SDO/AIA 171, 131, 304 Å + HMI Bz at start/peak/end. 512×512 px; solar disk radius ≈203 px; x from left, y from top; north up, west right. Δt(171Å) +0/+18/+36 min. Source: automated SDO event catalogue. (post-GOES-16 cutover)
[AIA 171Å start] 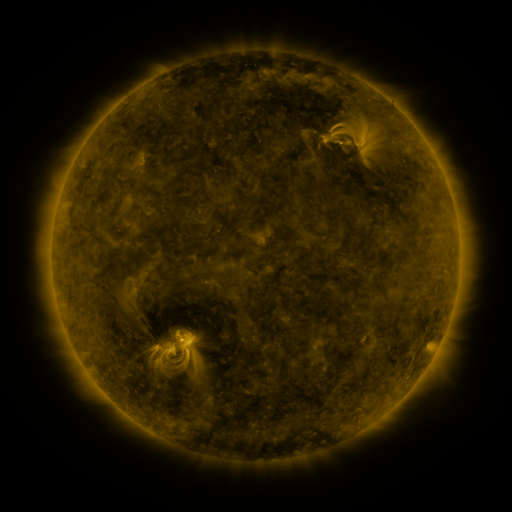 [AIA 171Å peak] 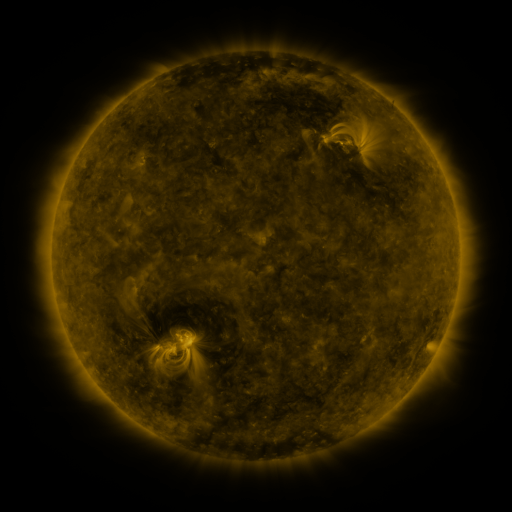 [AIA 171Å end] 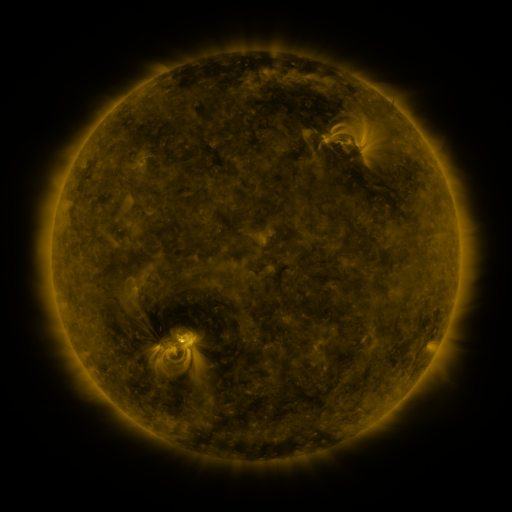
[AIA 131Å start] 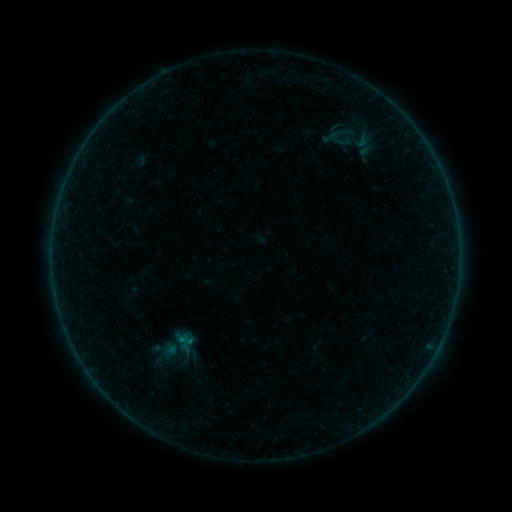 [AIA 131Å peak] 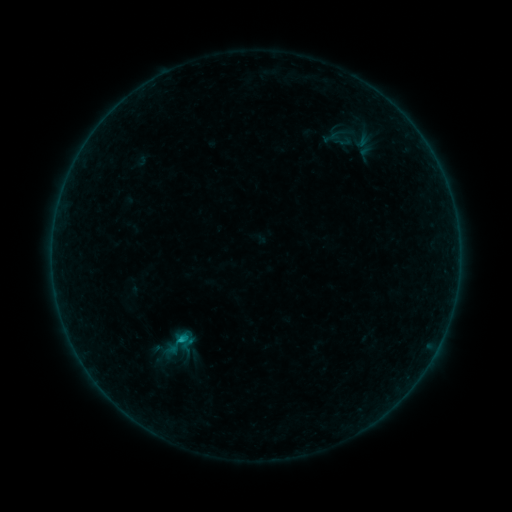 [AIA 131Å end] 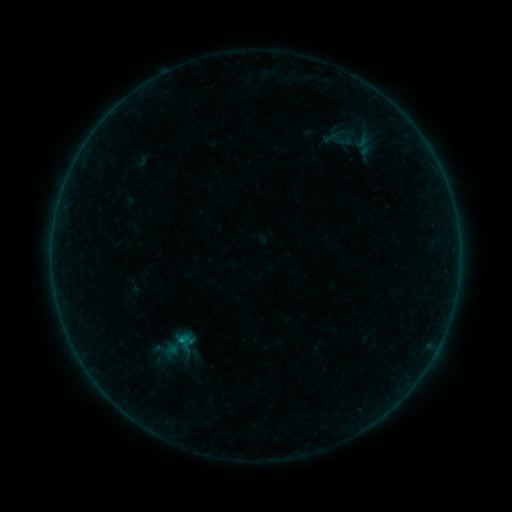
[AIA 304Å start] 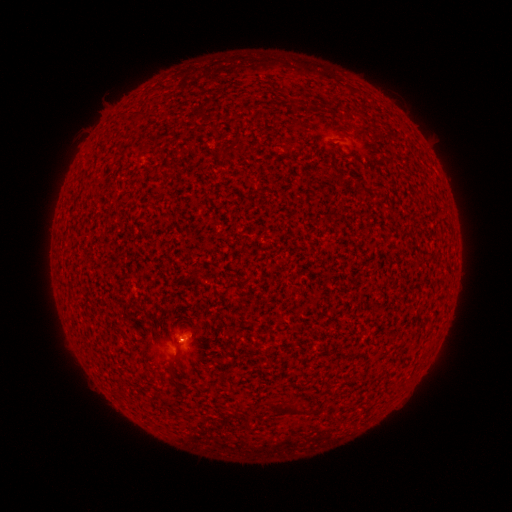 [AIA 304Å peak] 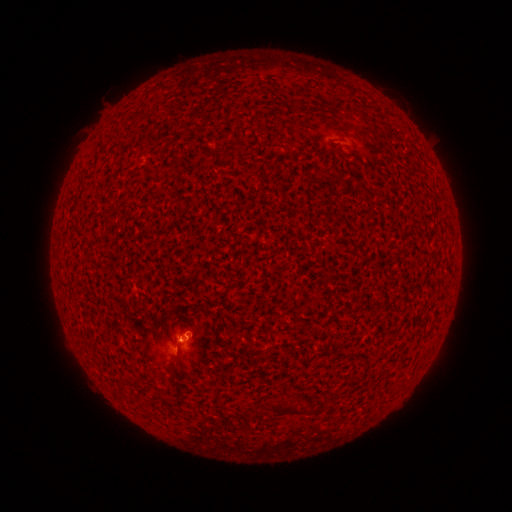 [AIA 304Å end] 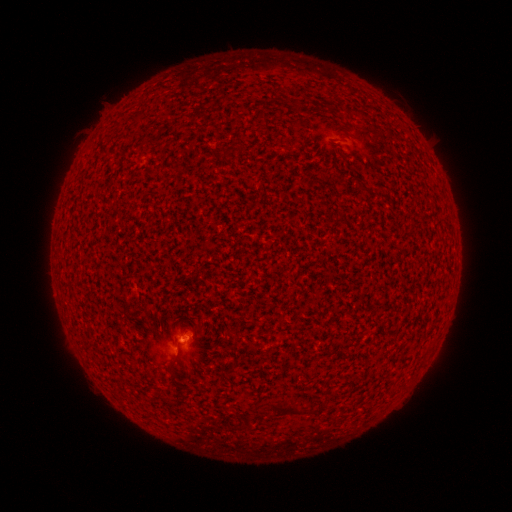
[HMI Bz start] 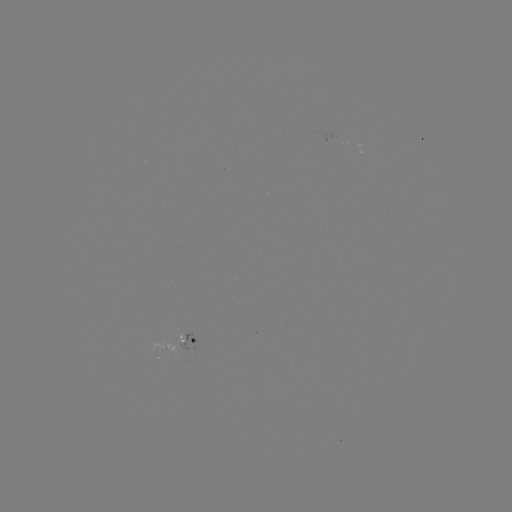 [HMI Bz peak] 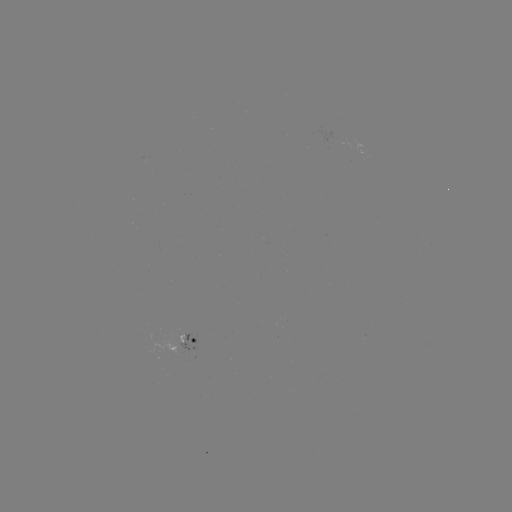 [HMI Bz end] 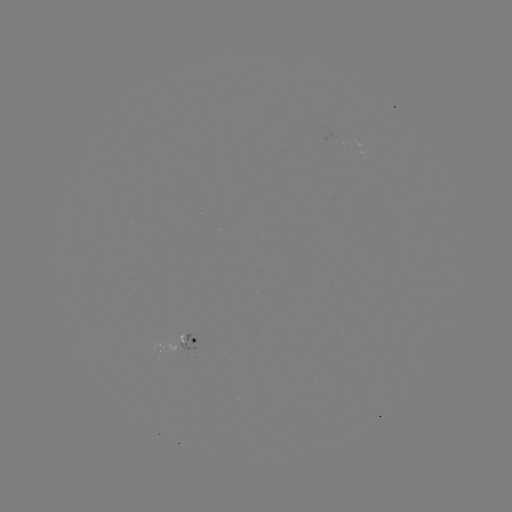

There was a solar flare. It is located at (183, 339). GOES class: B6.4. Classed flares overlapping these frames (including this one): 1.